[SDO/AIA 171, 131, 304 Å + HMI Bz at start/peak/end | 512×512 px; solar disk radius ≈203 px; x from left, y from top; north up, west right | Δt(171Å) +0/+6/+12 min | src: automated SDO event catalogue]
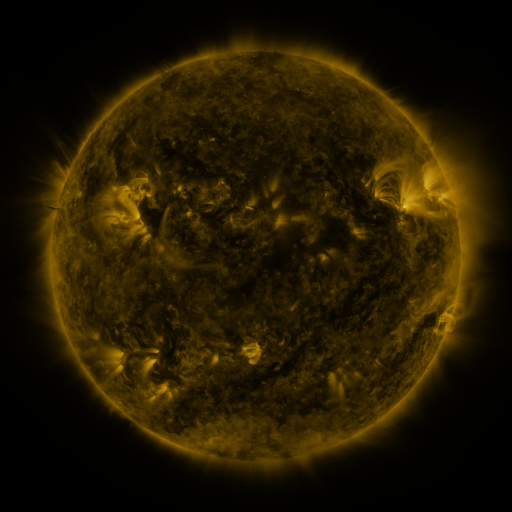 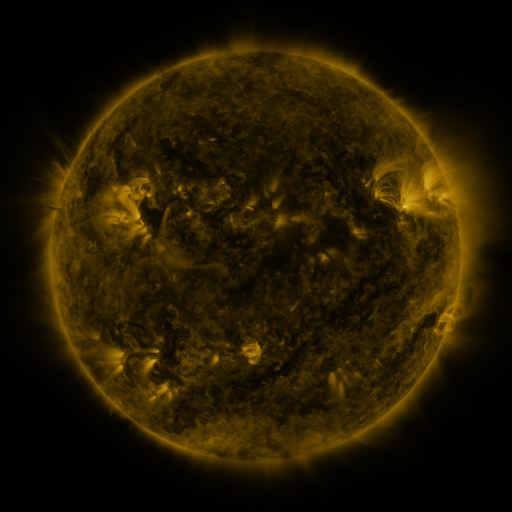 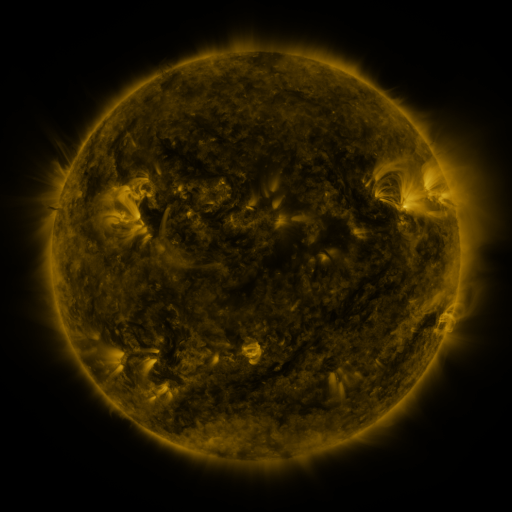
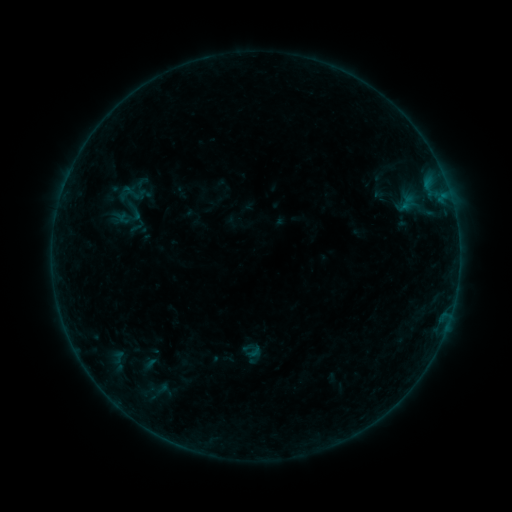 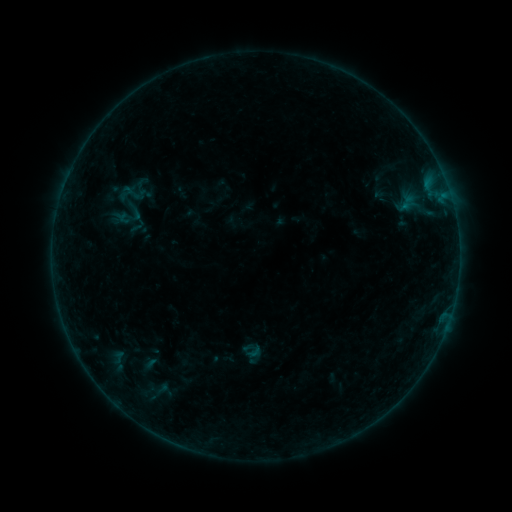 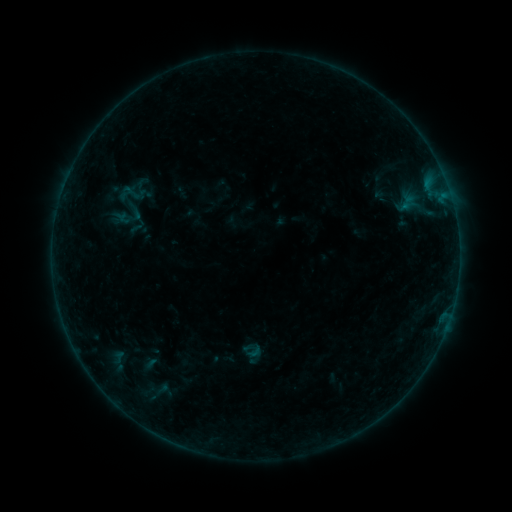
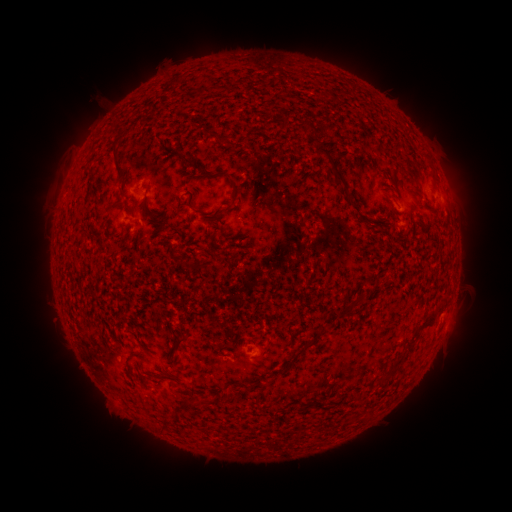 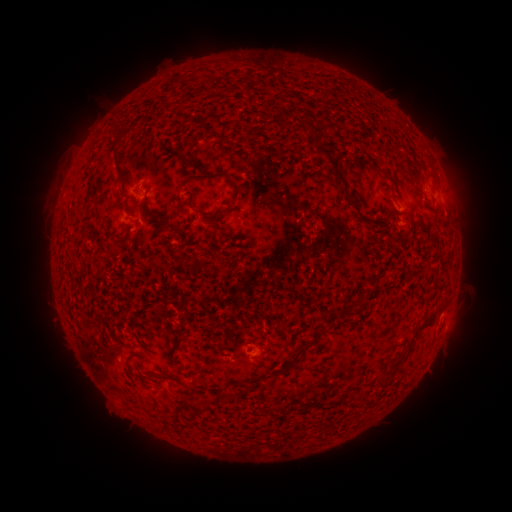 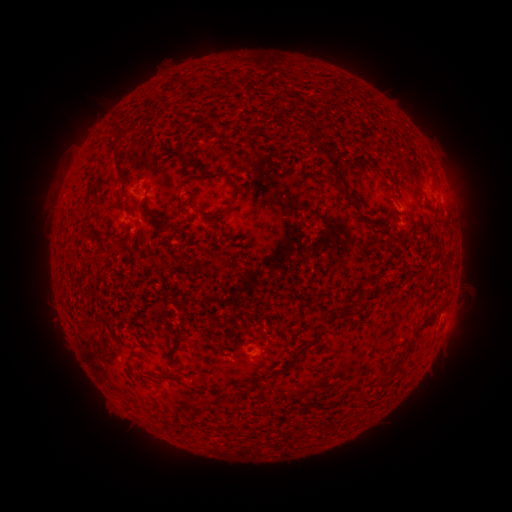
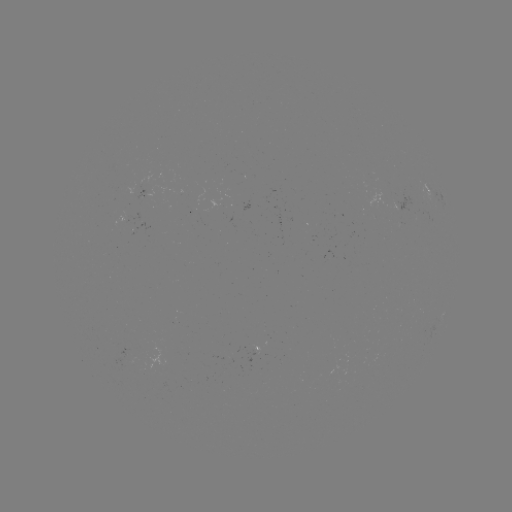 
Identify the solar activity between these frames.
nothing was catalogued: no classed flare, no EUV trigger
